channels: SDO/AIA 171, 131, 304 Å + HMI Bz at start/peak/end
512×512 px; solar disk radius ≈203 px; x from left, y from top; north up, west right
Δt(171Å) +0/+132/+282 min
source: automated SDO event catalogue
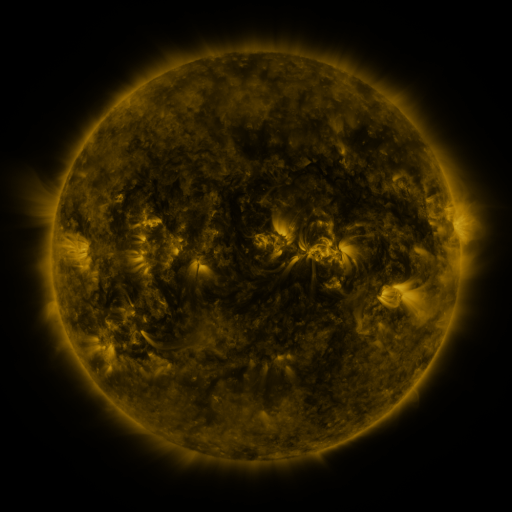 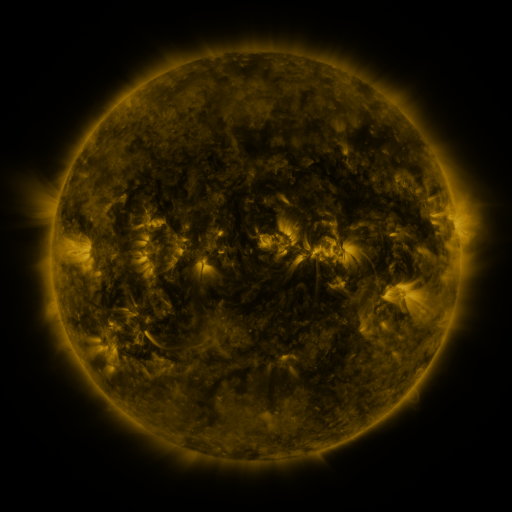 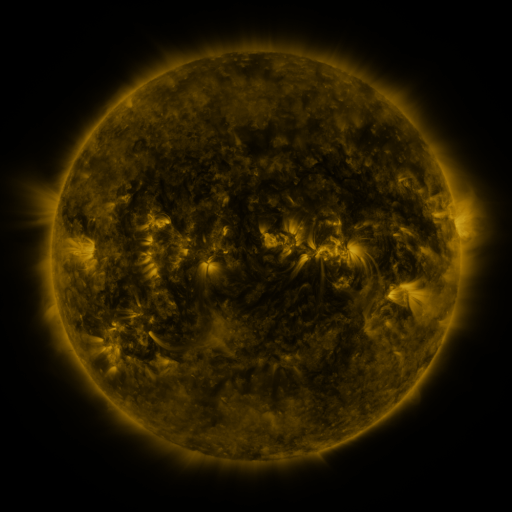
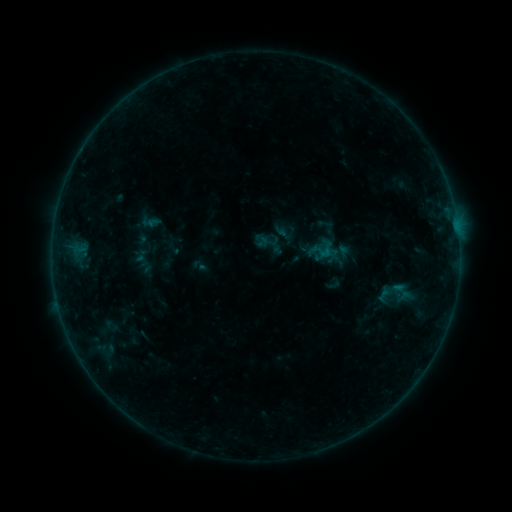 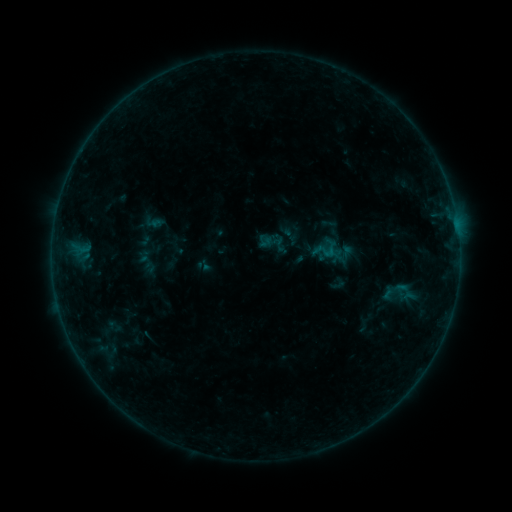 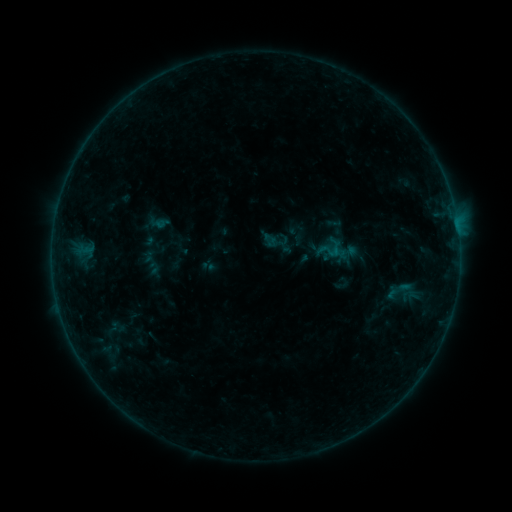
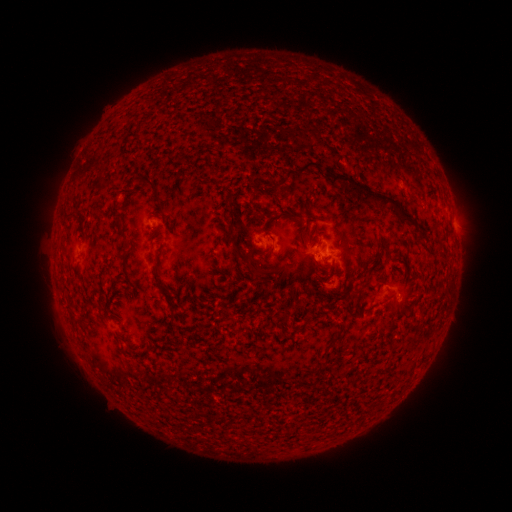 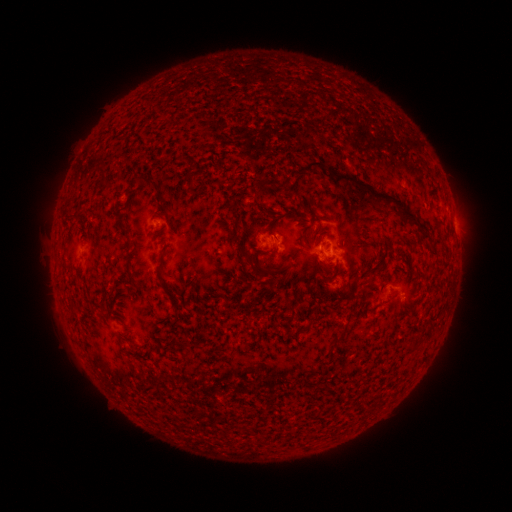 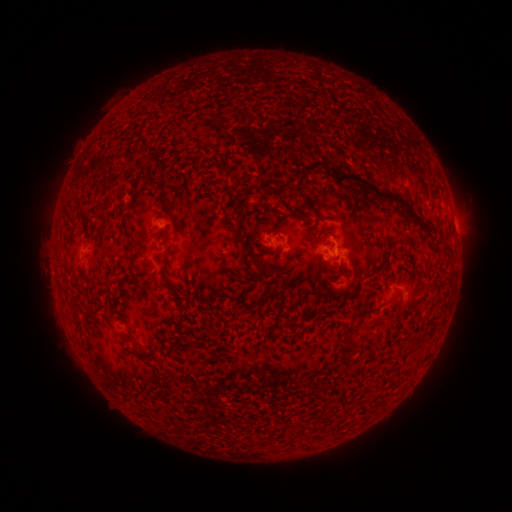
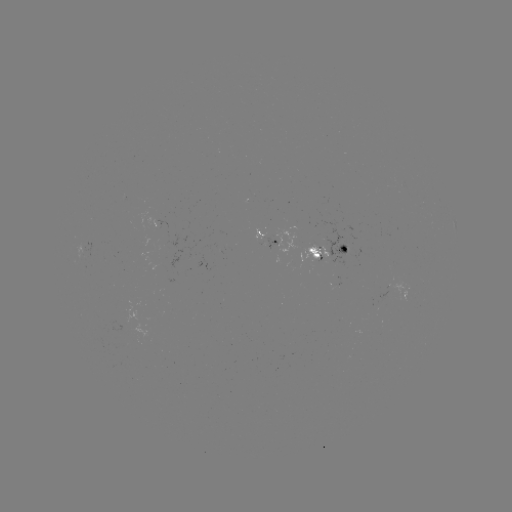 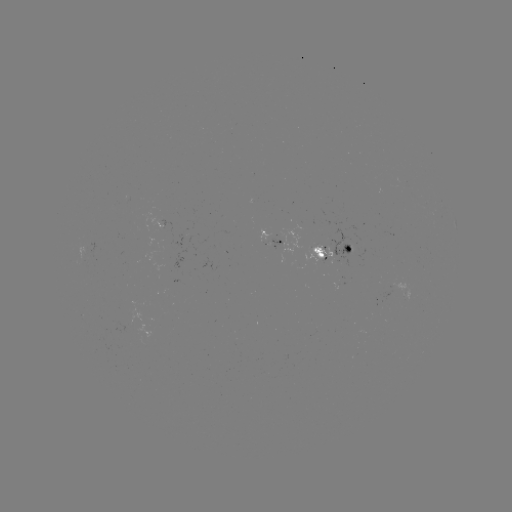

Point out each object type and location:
filament eruption: (217, 190)
